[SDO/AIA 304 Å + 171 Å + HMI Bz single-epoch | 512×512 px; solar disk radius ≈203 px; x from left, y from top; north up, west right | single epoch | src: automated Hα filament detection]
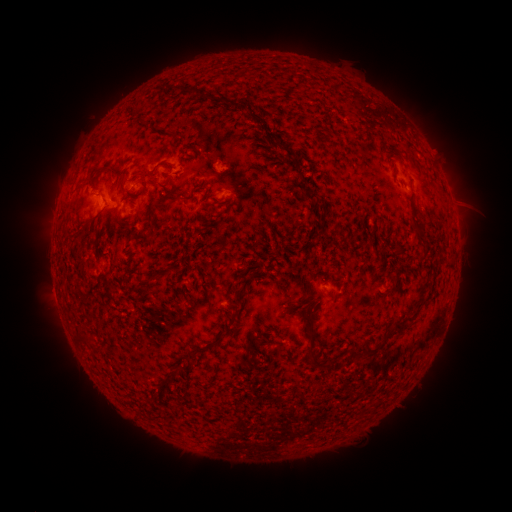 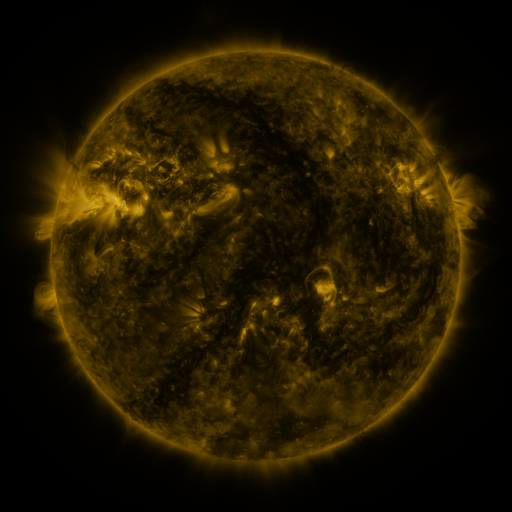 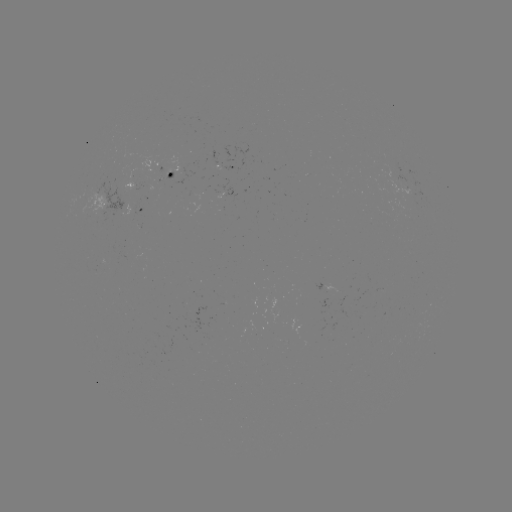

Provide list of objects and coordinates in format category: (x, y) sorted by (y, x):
filament: (145, 183)
filament: (313, 196)
filament: (174, 198)
filament: (231, 318)
filament: (399, 329)
filament: (80, 338)
filament: (310, 351)
filament: (369, 352)
filament: (352, 353)
